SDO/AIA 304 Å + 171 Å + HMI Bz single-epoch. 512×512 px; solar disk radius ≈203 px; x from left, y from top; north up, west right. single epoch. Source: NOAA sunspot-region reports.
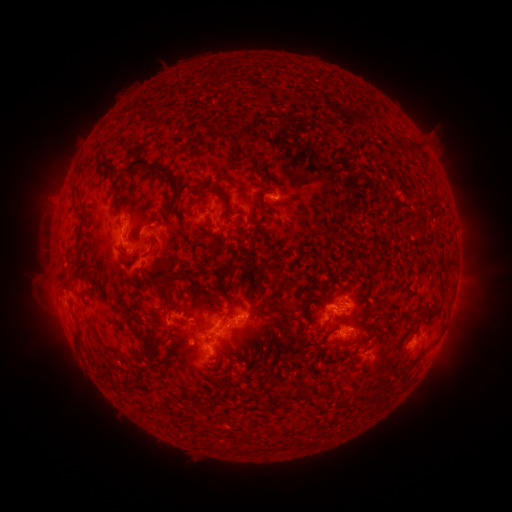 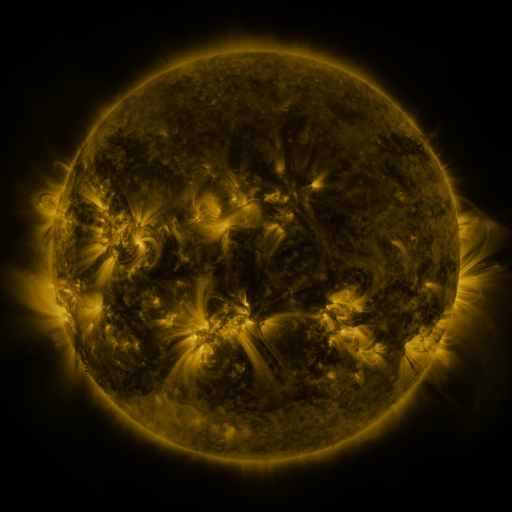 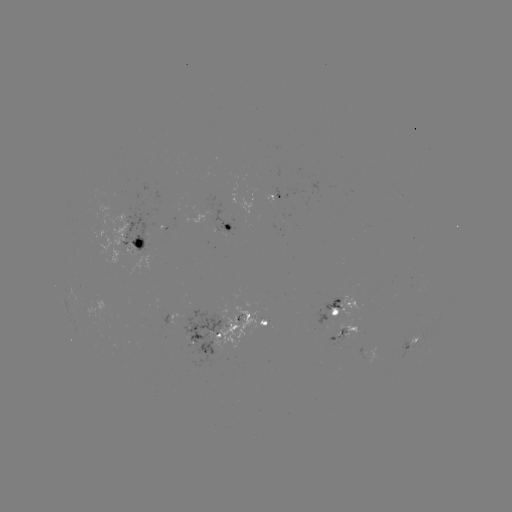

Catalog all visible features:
spotted active region: (276, 198)
spotted active region: (231, 226)
spotted active region: (139, 242)
spotted active region: (453, 300)
spotted active region: (340, 310)
spotted active region: (262, 321)
spotted active region: (349, 330)
spotted active region: (216, 337)
spotted active region: (412, 343)
spotted active region: (366, 352)
